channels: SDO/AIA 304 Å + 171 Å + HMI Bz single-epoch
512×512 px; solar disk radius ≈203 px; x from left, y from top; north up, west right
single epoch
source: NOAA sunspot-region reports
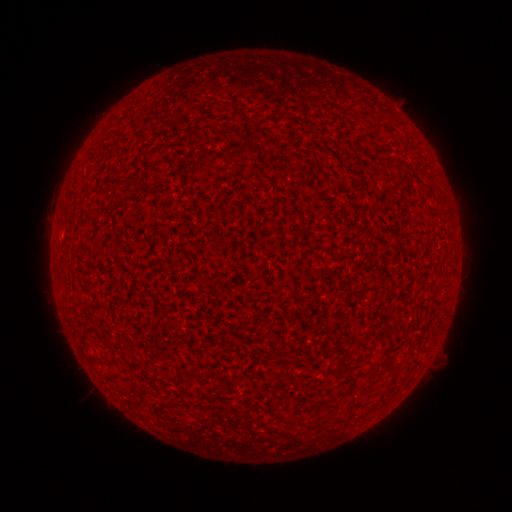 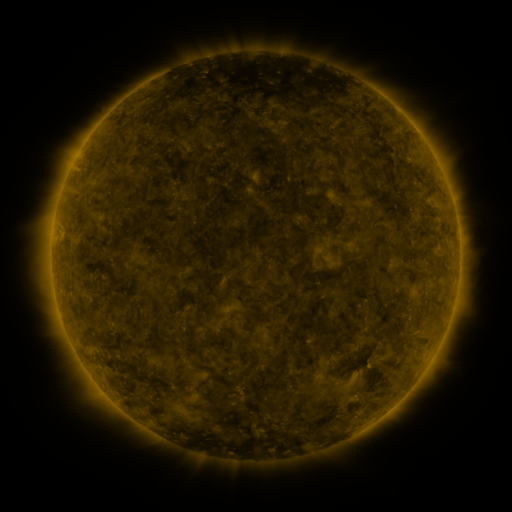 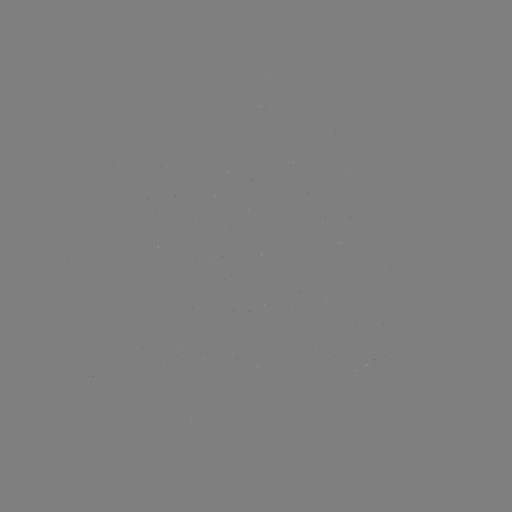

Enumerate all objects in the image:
(none)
